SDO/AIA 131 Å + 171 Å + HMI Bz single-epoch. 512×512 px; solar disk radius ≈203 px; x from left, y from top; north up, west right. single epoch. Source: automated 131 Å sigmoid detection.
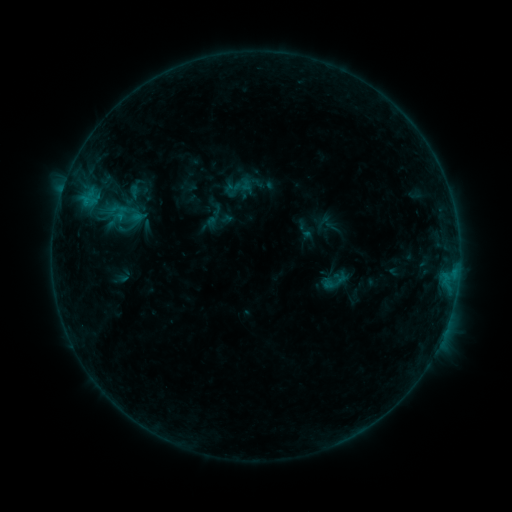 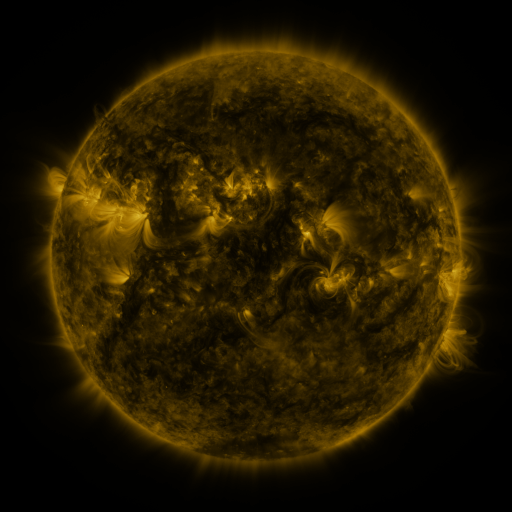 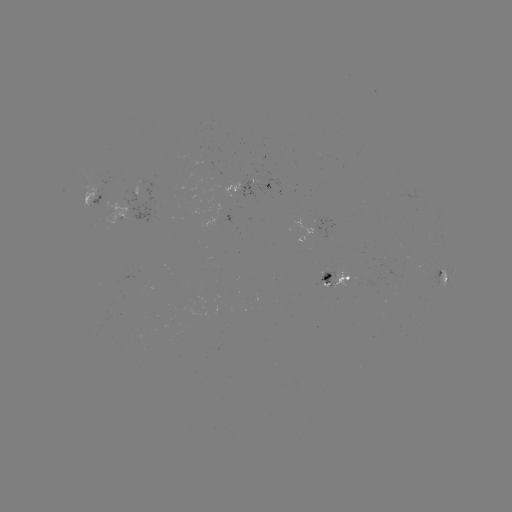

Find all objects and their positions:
sigmoid: [221, 172, 252, 203]
